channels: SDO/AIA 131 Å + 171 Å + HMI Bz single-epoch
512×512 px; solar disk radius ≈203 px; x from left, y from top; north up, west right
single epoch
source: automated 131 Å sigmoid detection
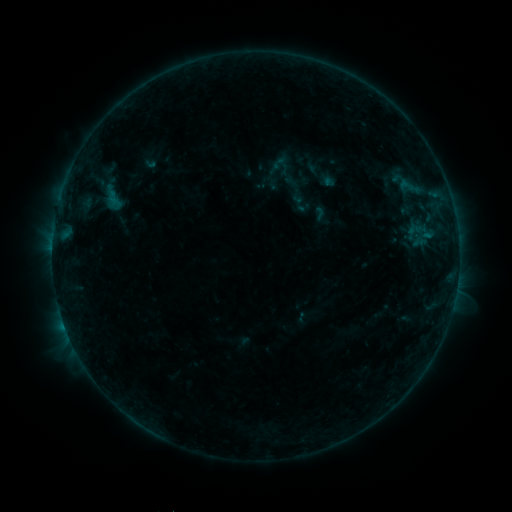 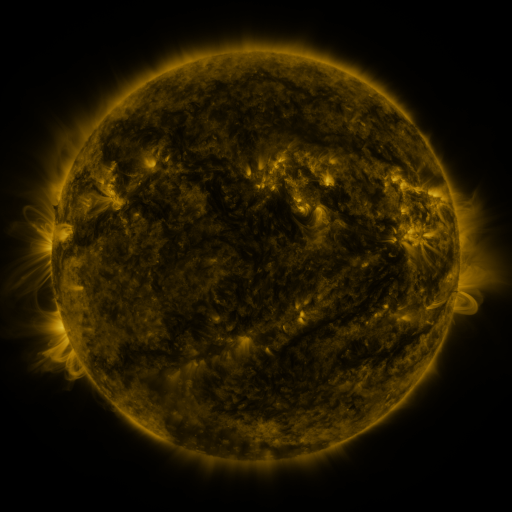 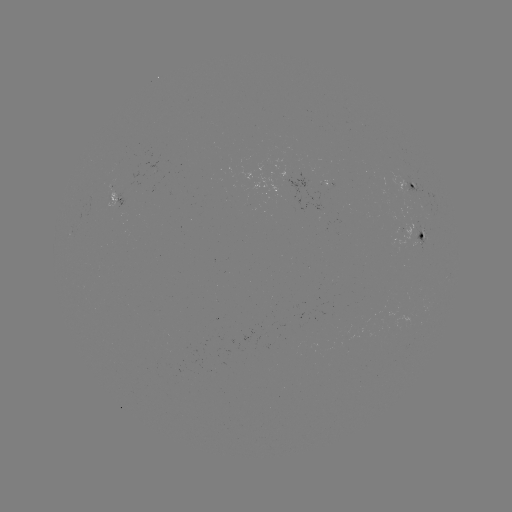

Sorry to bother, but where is sigmoid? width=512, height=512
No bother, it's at [284, 170].